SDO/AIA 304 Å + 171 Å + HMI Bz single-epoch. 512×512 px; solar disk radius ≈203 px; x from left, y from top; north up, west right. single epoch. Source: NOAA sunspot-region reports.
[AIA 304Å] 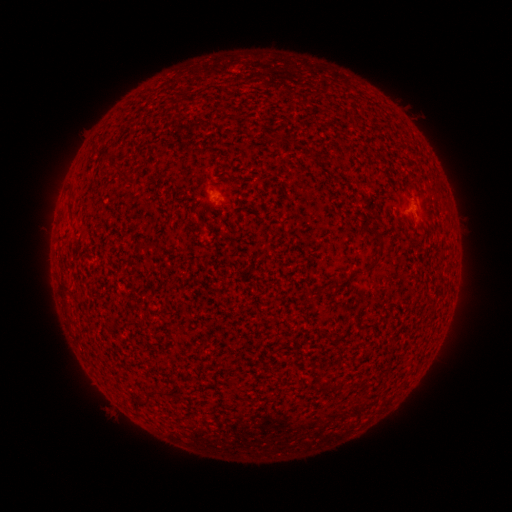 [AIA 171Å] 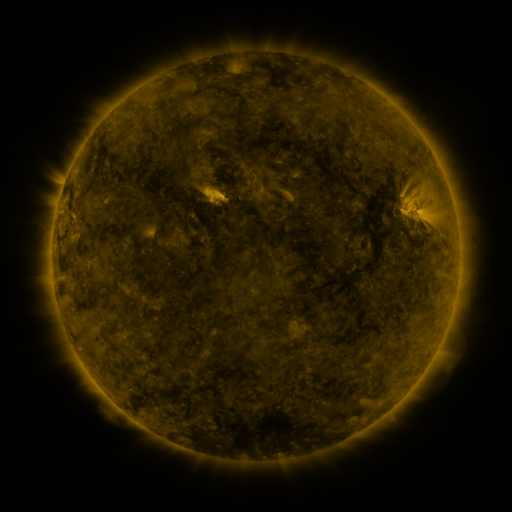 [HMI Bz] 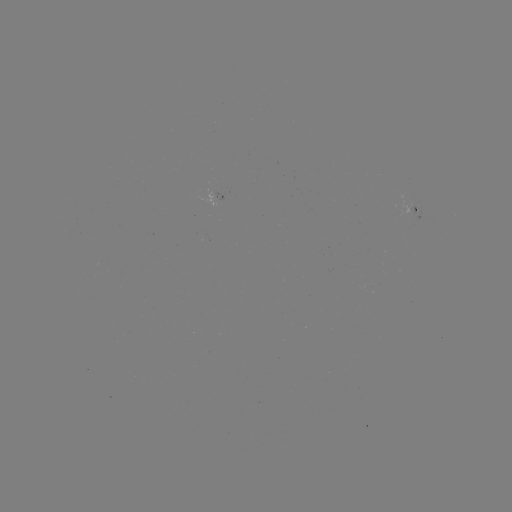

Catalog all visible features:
spotted active region: (218, 198)
spotted active region: (415, 209)
